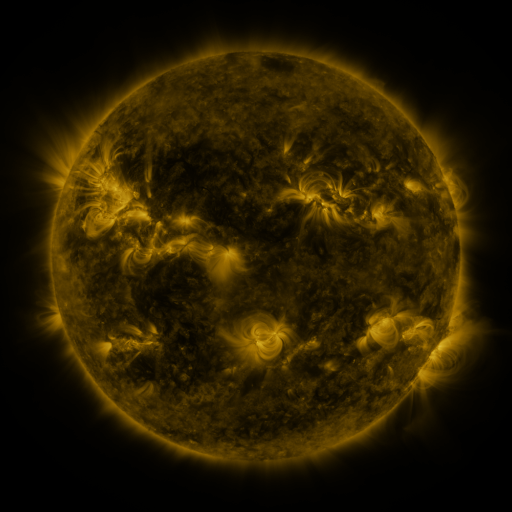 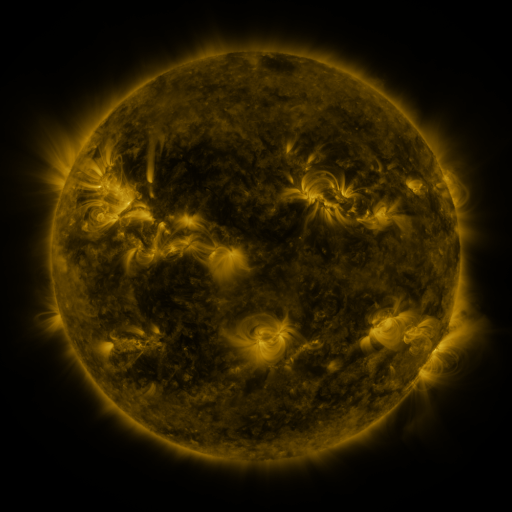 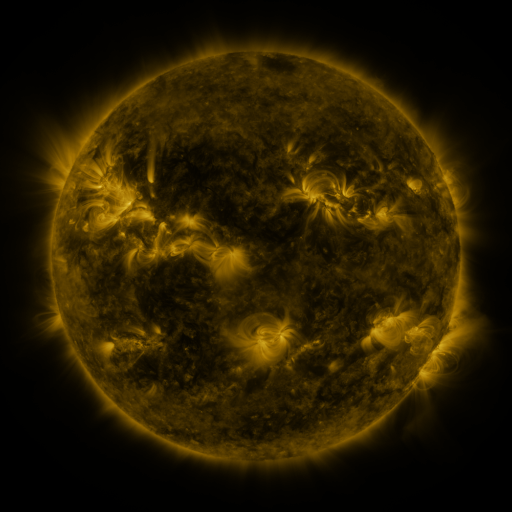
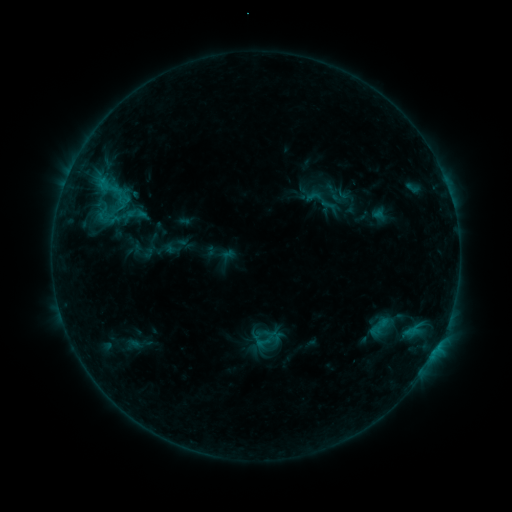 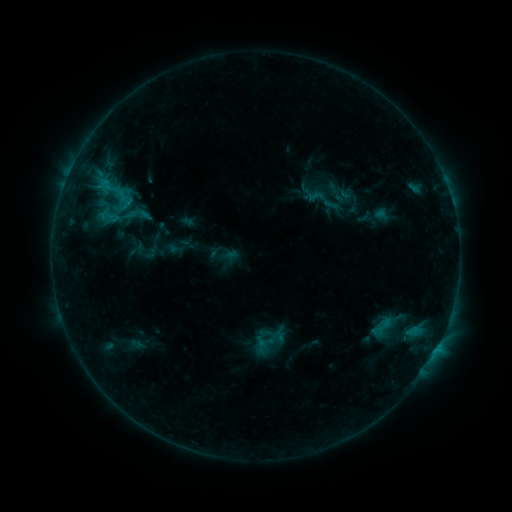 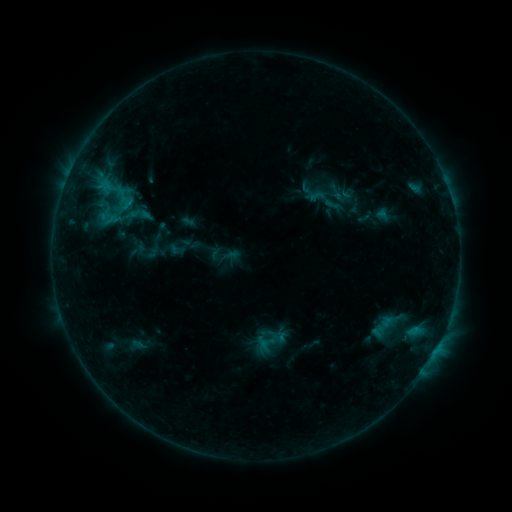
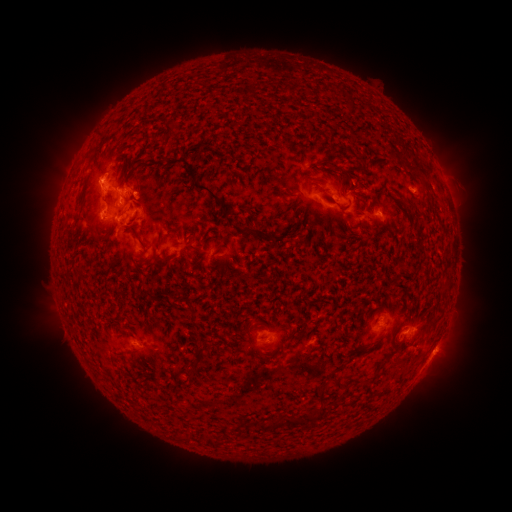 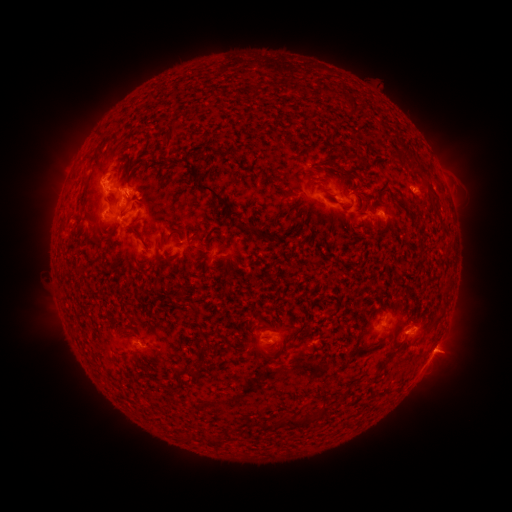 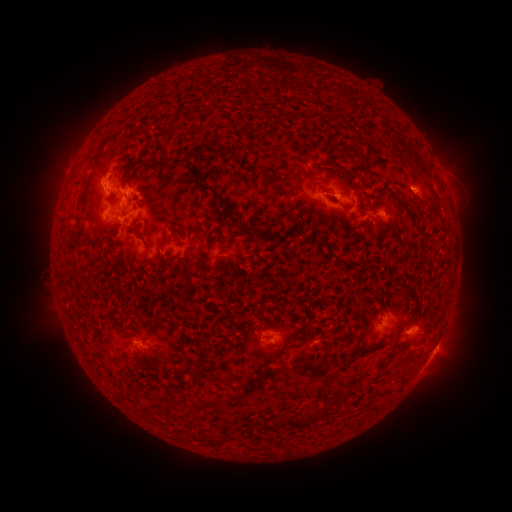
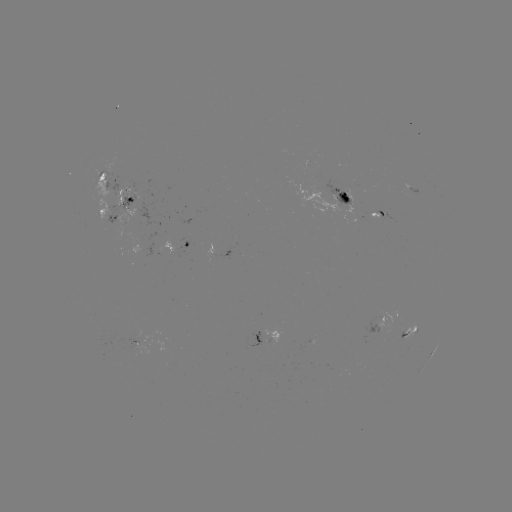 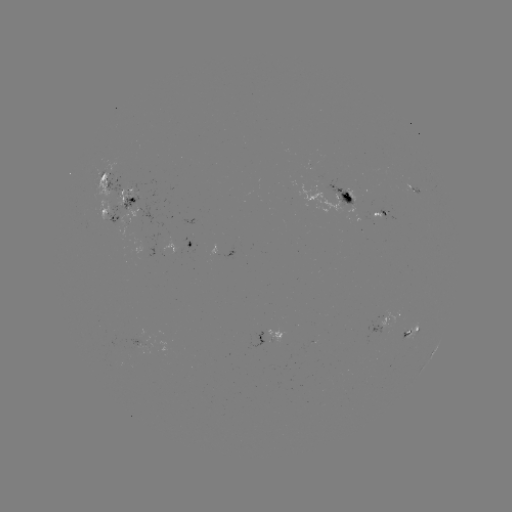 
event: emerging-flux region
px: (127, 189)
